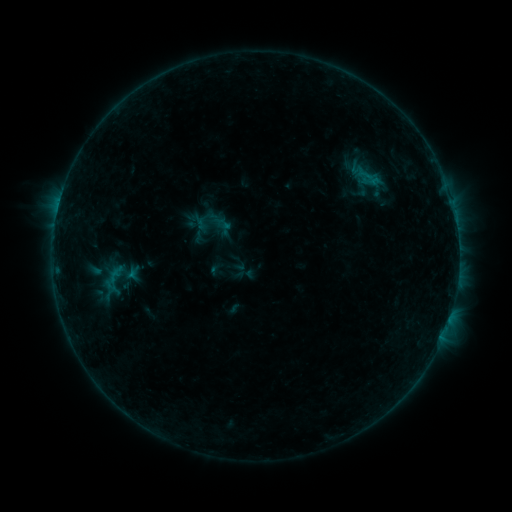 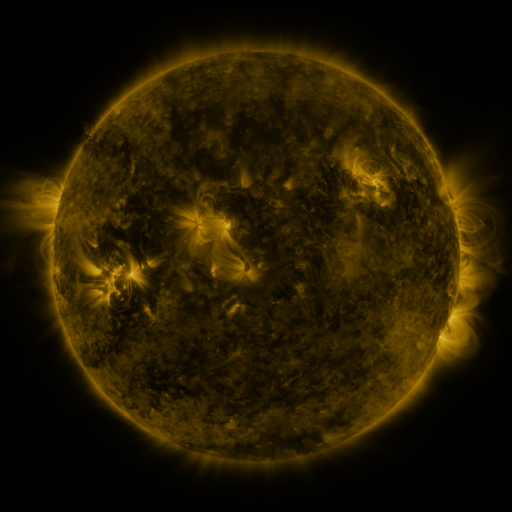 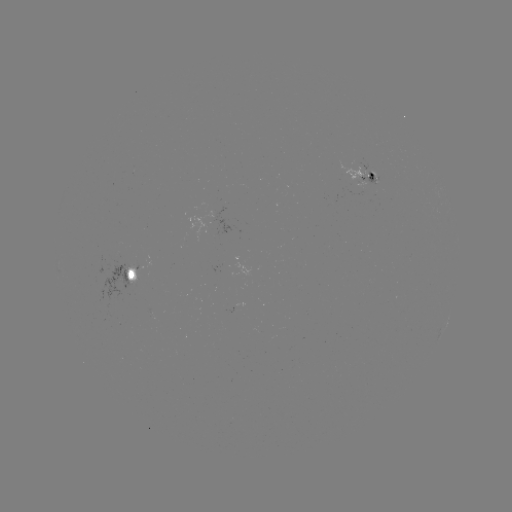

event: sigmoid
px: (212, 223)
